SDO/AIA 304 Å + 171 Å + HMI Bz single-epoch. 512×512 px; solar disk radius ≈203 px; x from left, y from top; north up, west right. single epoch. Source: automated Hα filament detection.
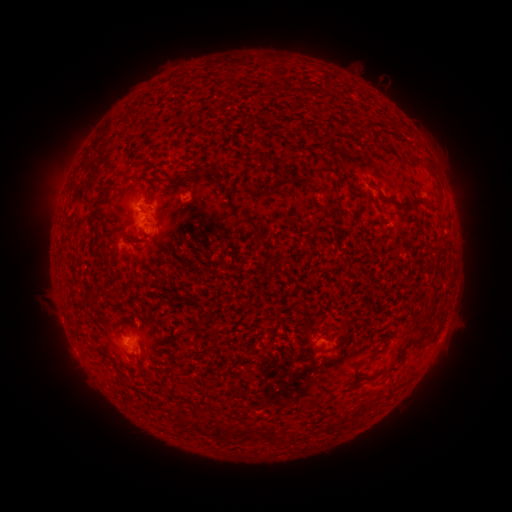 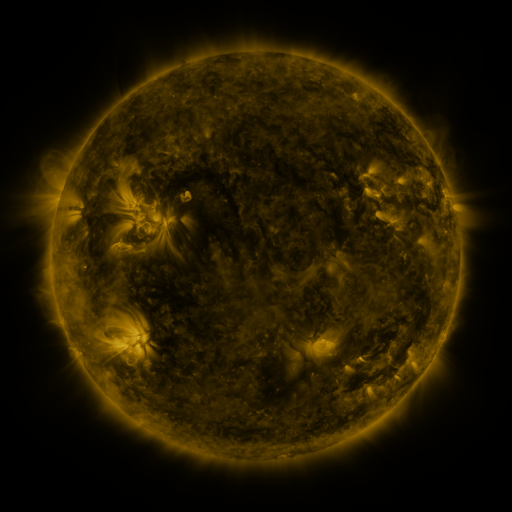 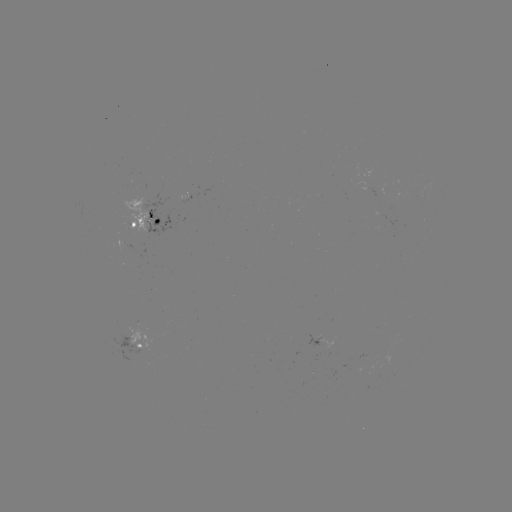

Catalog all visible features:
filament: <bbox>261, 154, 270, 165</bbox>
filament: <bbox>152, 165, 223, 185</bbox>
filament: <bbox>376, 187, 406, 209</bbox>
filament: <bbox>93, 189, 107, 221</bbox>
filament: <bbox>366, 190, 375, 203</bbox>
filament: <bbox>356, 203, 364, 215</bbox>
filament: <bbox>247, 220, 265, 241</bbox>
filament: <bbox>93, 225, 102, 233</bbox>
filament: <bbox>409, 325, 427, 347</bbox>
filament: <bbox>133, 352, 141, 364</bbox>
filament: <bbox>323, 421, 335, 434</bbox>
filament: <bbox>211, 422, 221, 438</bbox>
filament: <bbox>265, 426, 276, 440</bbox>
filament: <bbox>235, 428, 246, 437</bbox>
